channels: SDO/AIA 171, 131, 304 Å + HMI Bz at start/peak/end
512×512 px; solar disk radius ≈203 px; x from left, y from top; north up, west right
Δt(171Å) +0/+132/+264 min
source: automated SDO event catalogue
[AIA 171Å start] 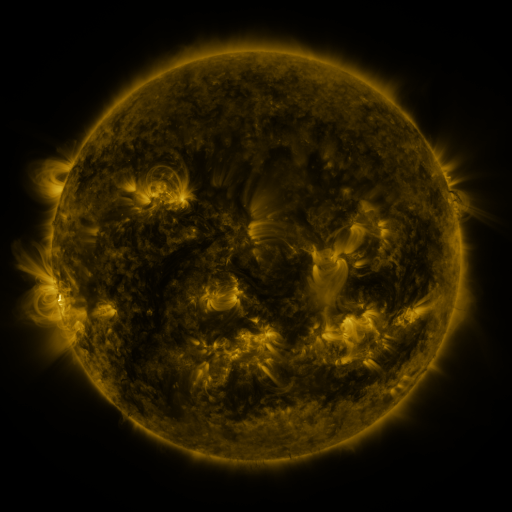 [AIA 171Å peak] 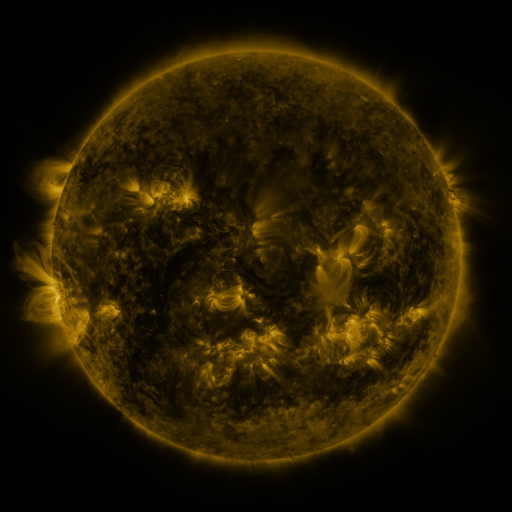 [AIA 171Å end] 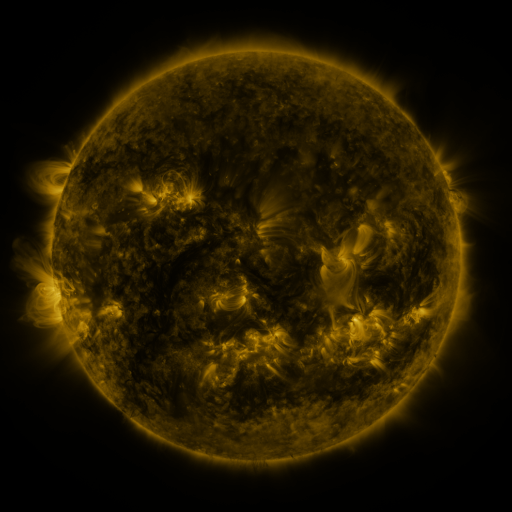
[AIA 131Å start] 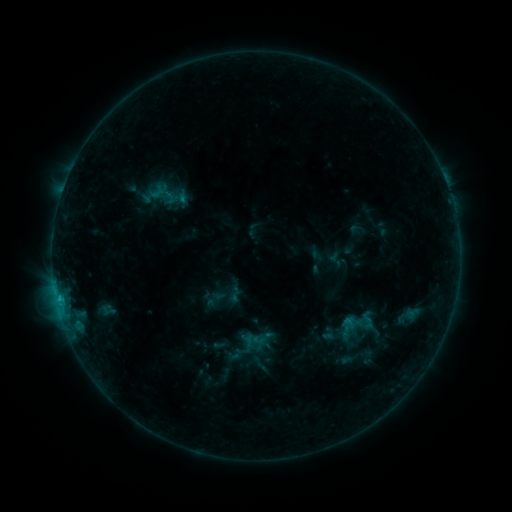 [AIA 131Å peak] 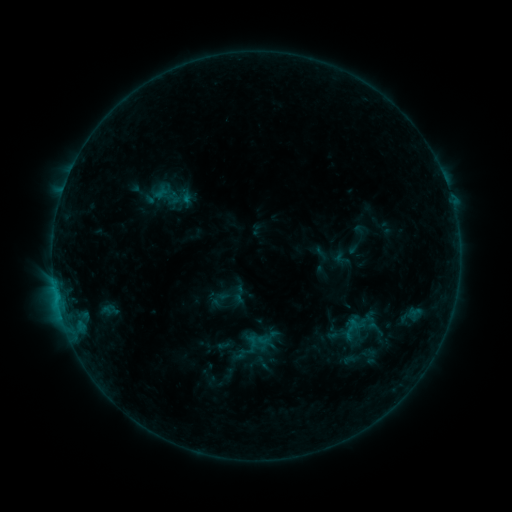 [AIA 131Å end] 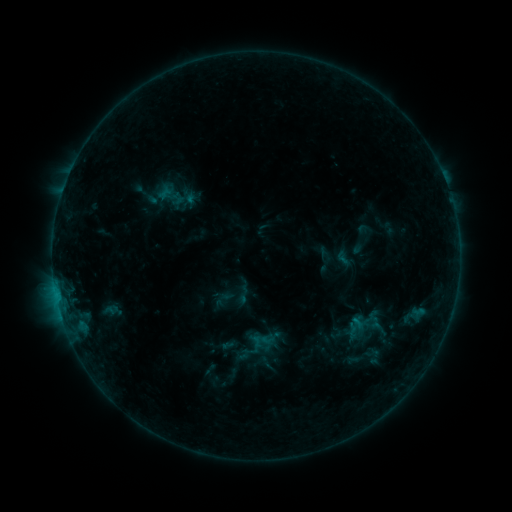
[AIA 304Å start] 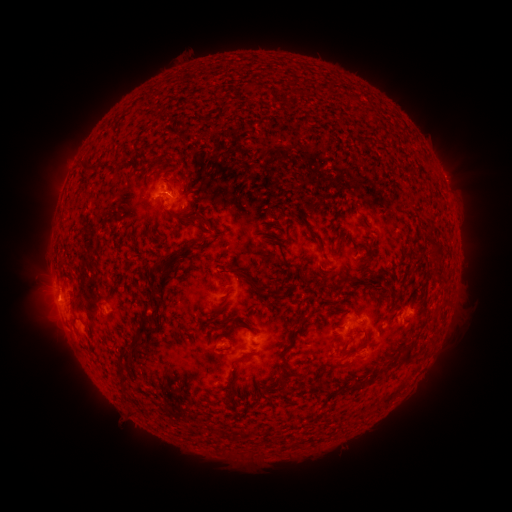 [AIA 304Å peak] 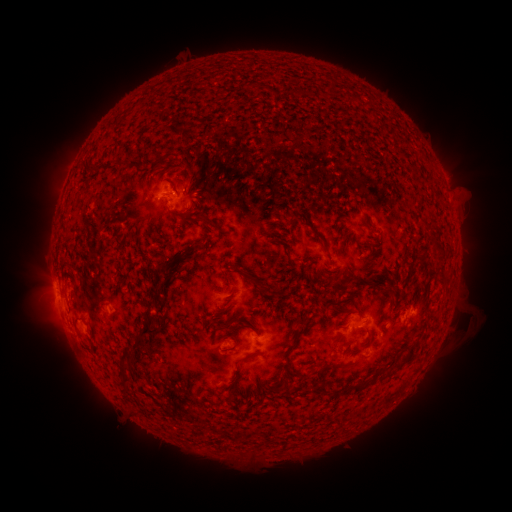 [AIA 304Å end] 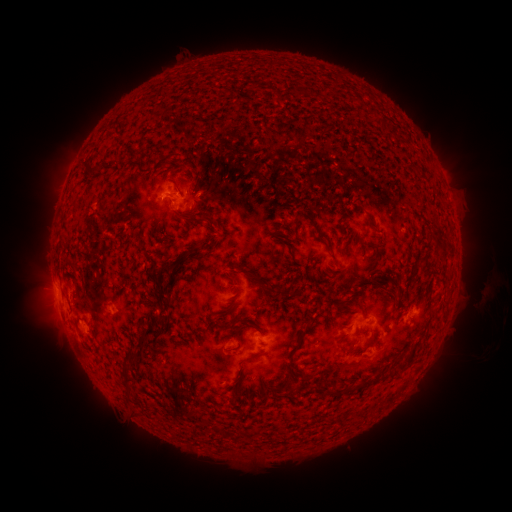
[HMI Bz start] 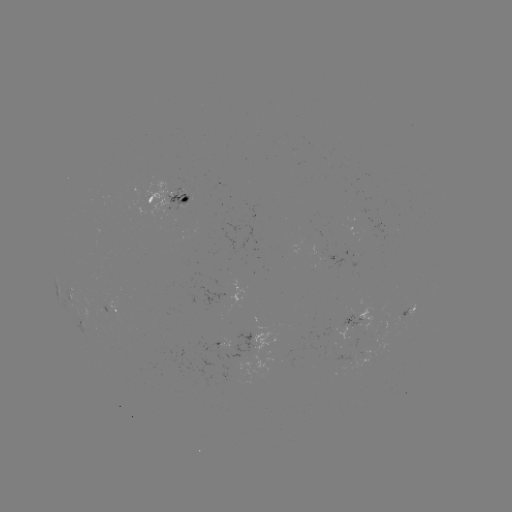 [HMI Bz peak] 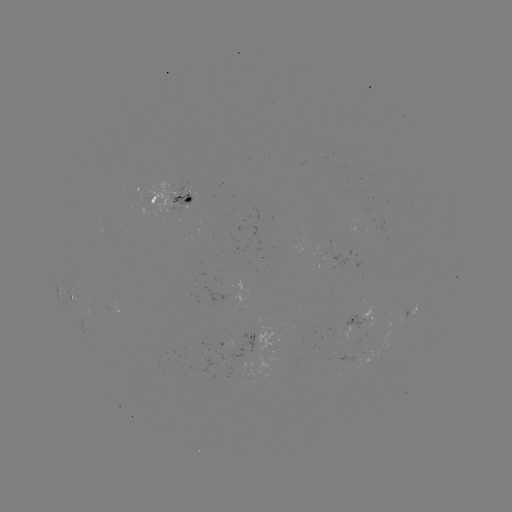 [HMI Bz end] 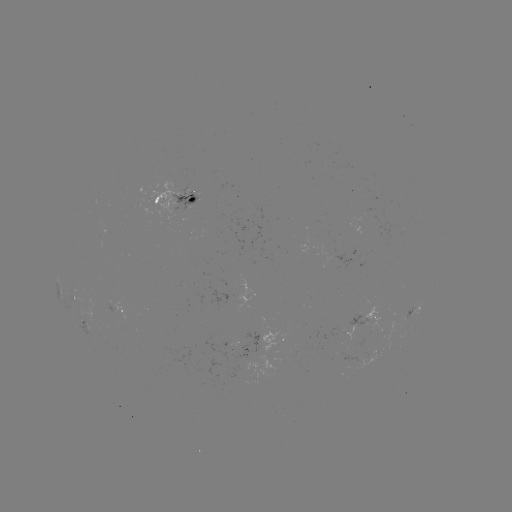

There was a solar filament eruption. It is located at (465, 320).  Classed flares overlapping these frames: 1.